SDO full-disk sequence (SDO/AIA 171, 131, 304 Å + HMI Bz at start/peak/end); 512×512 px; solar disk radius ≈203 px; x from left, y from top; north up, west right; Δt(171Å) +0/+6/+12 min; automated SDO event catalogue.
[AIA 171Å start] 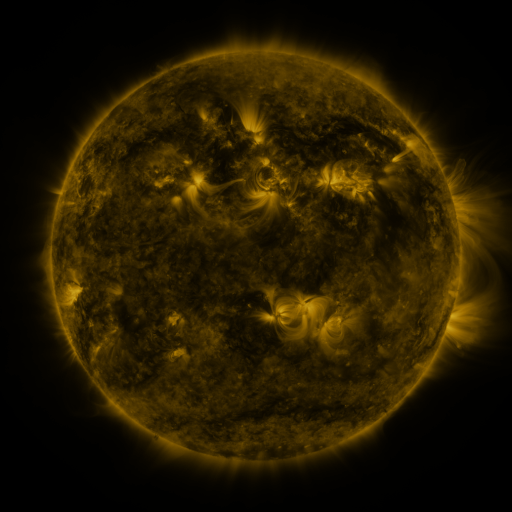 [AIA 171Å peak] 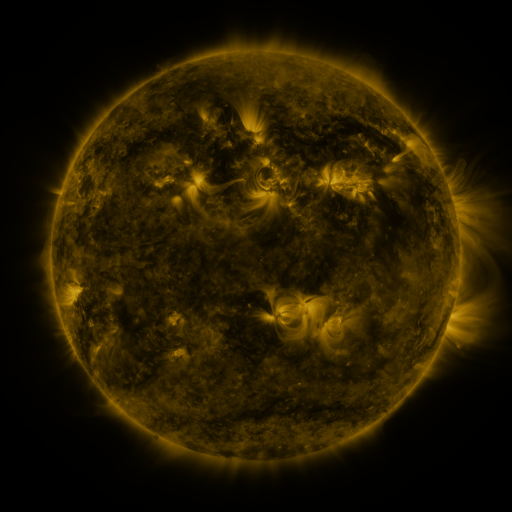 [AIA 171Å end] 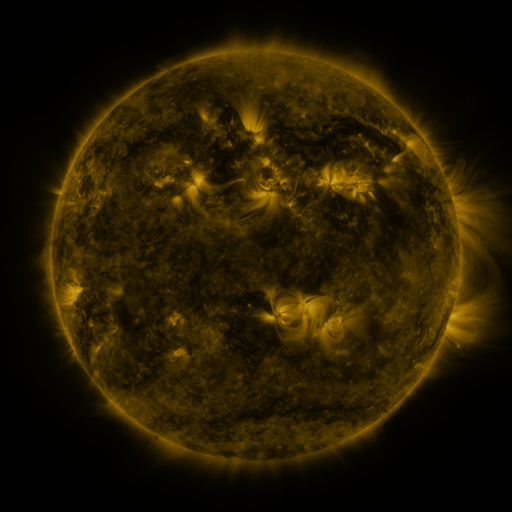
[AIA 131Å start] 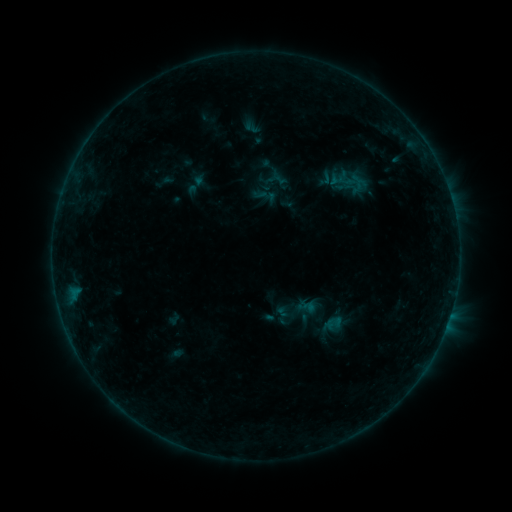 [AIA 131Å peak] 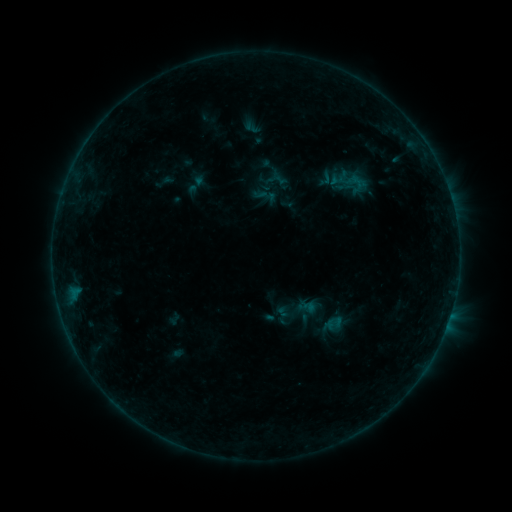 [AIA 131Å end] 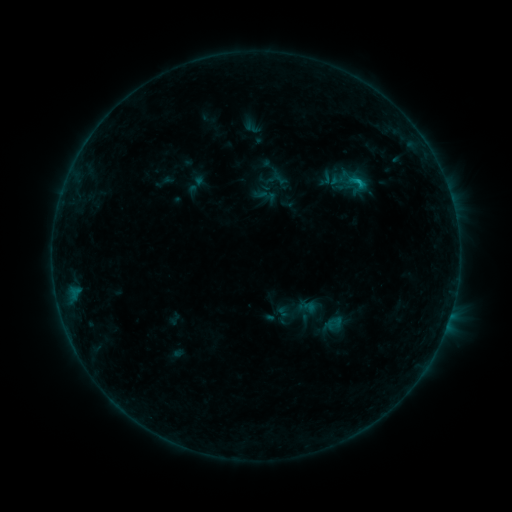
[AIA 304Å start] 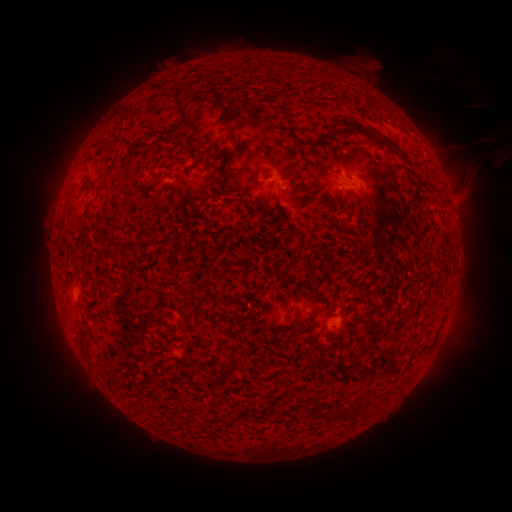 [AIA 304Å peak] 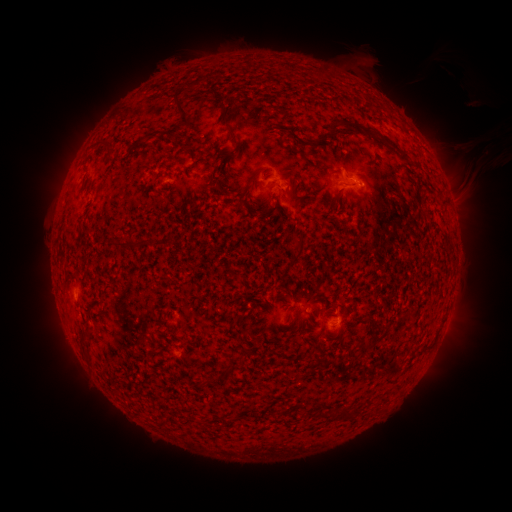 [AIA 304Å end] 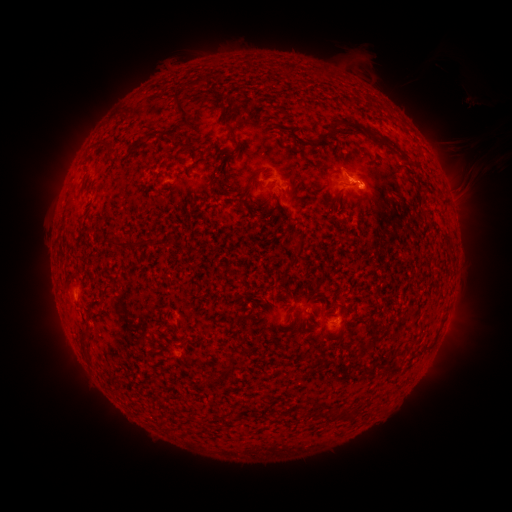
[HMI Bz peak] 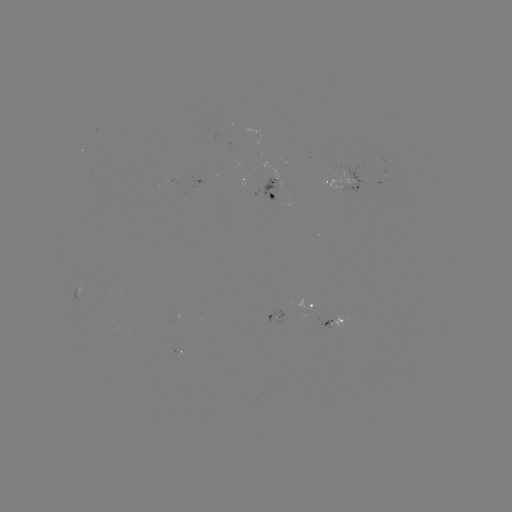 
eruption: [325, 161, 397, 212]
